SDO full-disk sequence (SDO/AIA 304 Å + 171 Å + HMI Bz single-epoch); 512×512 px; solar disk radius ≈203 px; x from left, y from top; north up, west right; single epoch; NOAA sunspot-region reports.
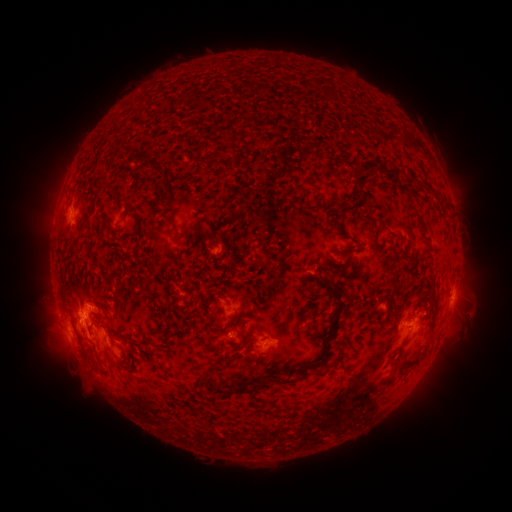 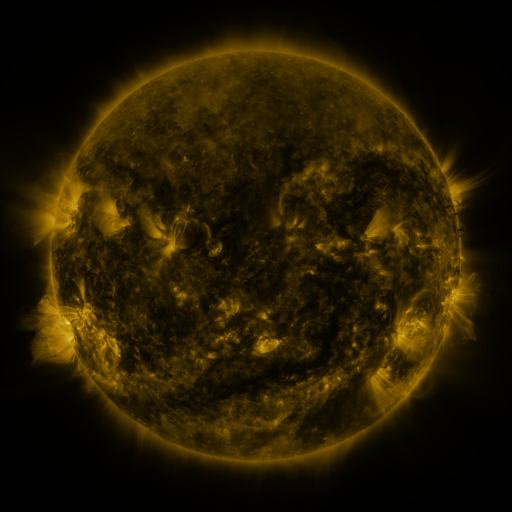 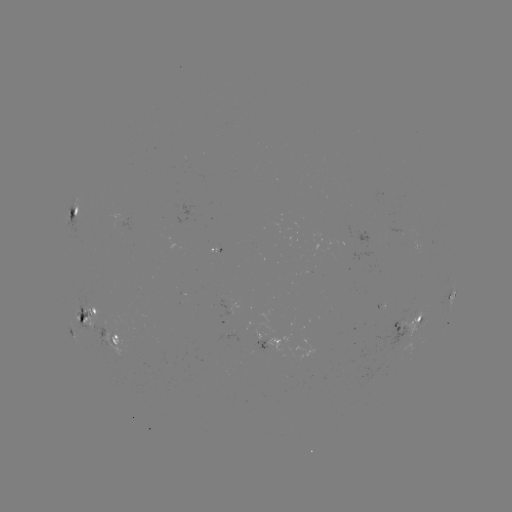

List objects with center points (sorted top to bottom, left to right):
spotted active region: (73, 213)
spotted active region: (452, 292)
spotted active region: (88, 318)
spotted active region: (408, 323)
spotted active region: (71, 328)
spotted active region: (115, 341)
spotted active region: (272, 342)
